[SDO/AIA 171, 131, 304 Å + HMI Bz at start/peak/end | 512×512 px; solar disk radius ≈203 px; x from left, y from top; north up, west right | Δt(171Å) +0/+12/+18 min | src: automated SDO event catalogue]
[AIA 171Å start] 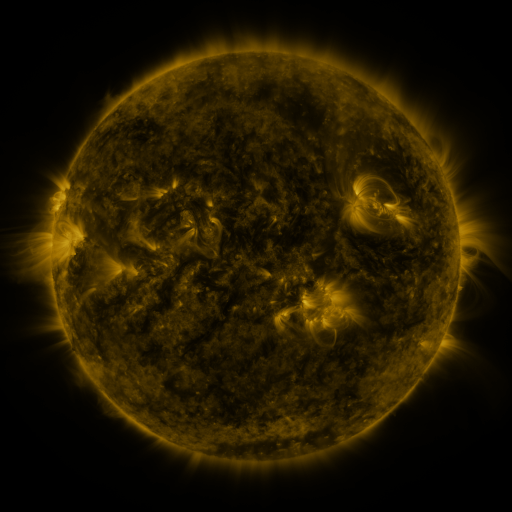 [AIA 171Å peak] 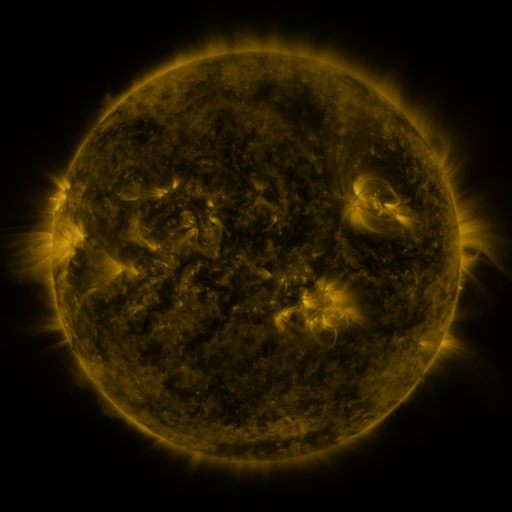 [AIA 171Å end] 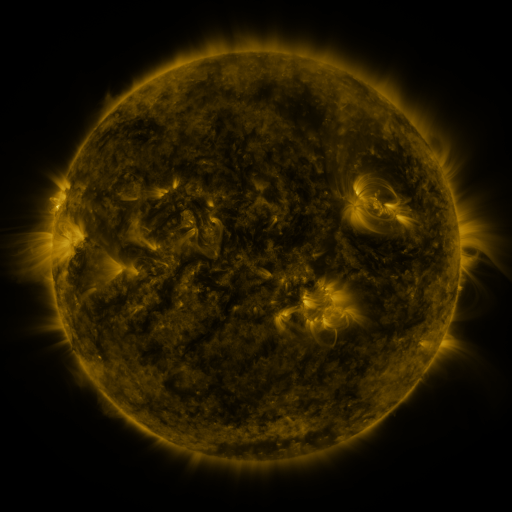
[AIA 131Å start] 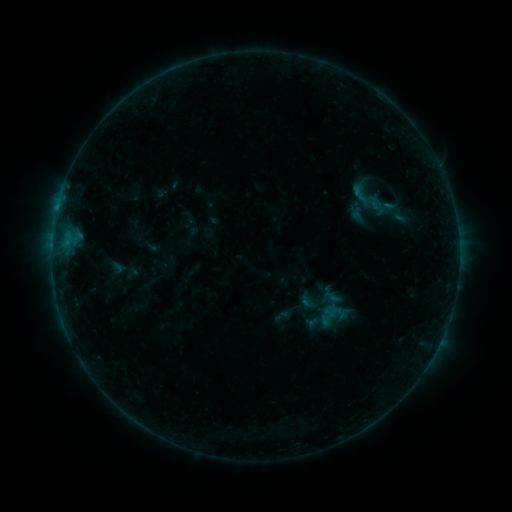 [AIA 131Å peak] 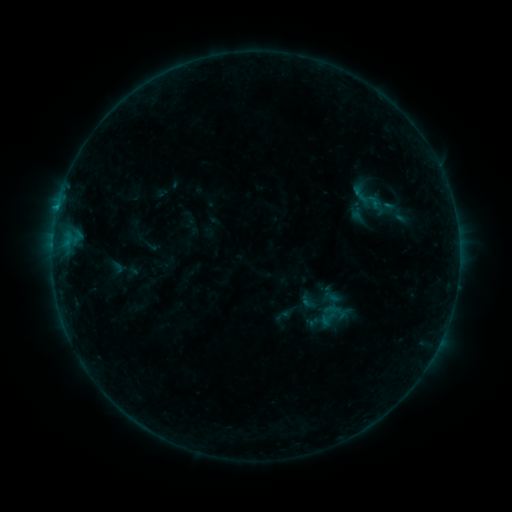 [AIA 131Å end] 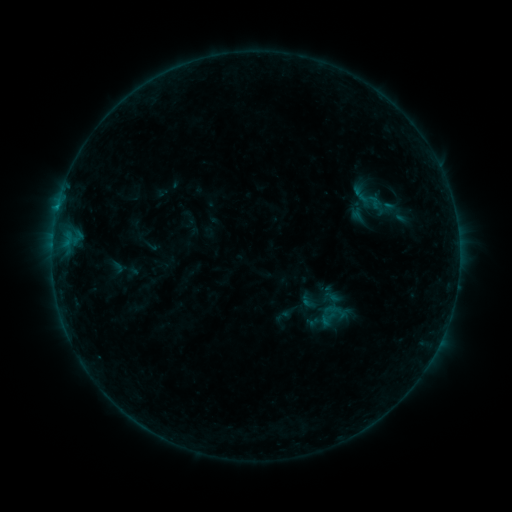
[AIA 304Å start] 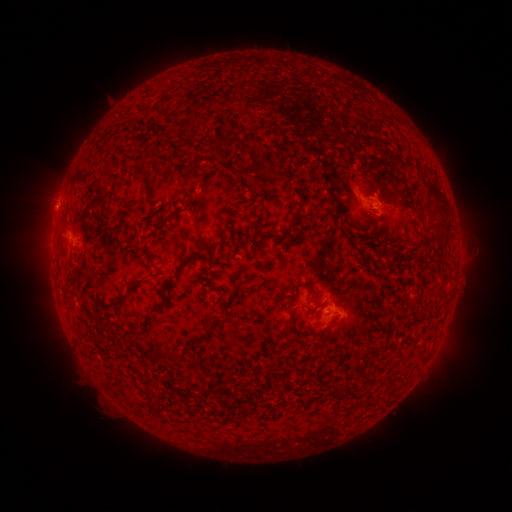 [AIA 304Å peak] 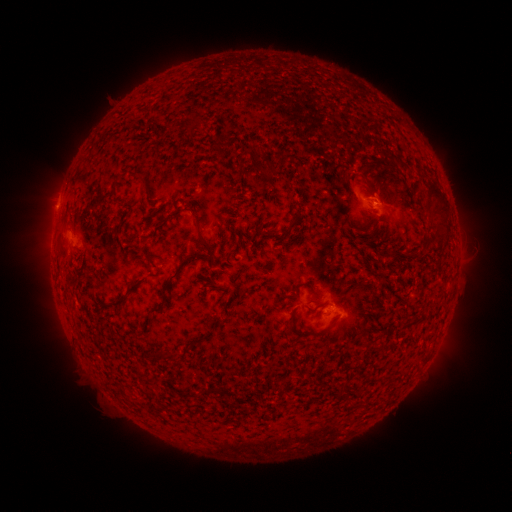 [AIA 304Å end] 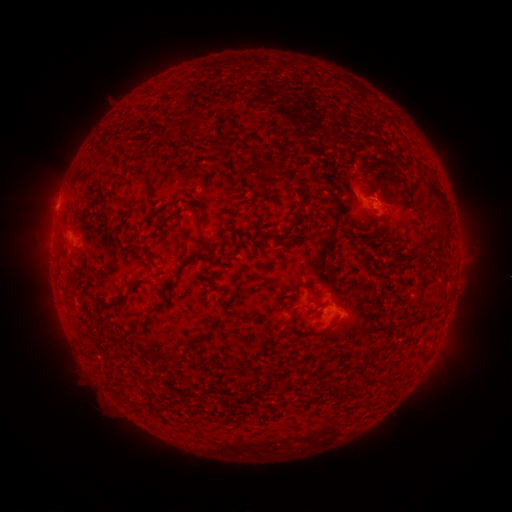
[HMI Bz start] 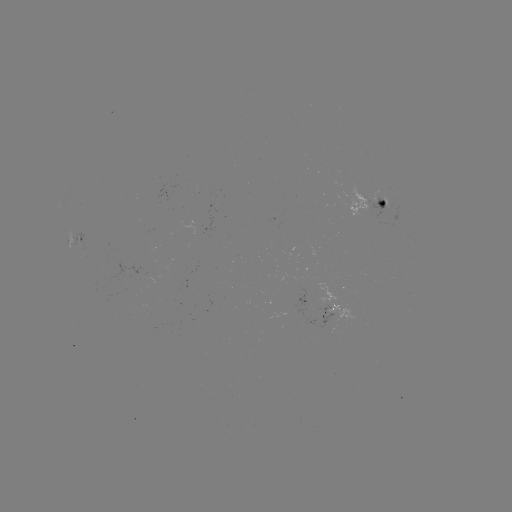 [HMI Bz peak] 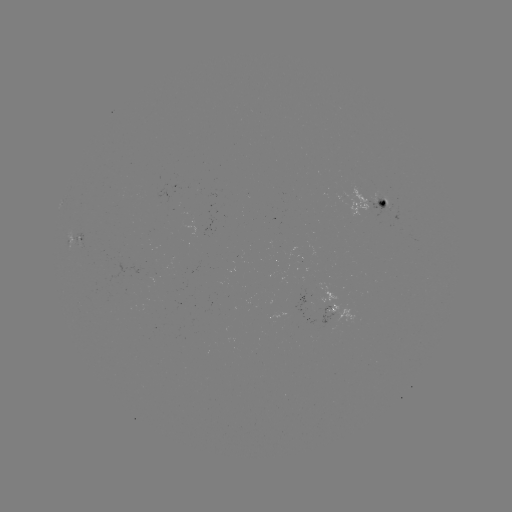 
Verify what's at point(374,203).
B3.9 flare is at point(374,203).